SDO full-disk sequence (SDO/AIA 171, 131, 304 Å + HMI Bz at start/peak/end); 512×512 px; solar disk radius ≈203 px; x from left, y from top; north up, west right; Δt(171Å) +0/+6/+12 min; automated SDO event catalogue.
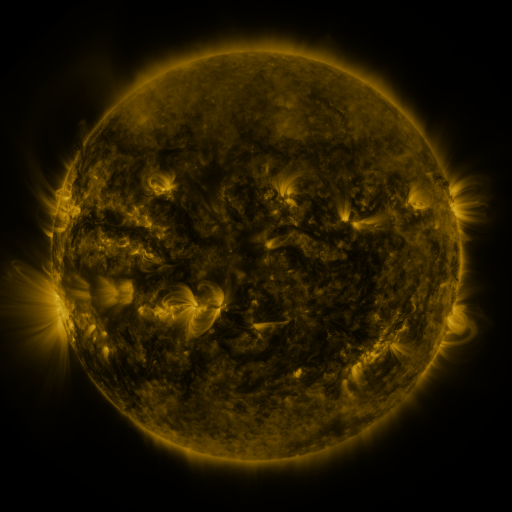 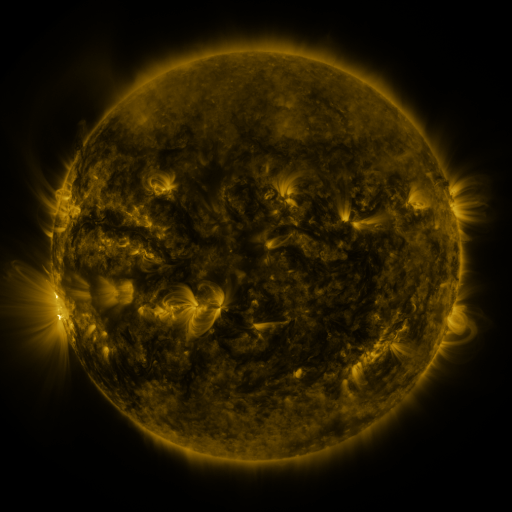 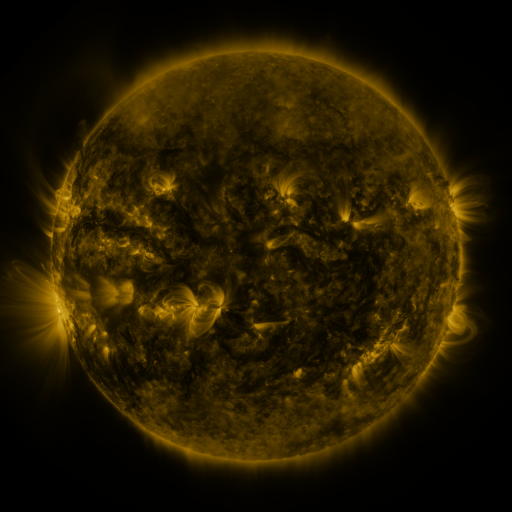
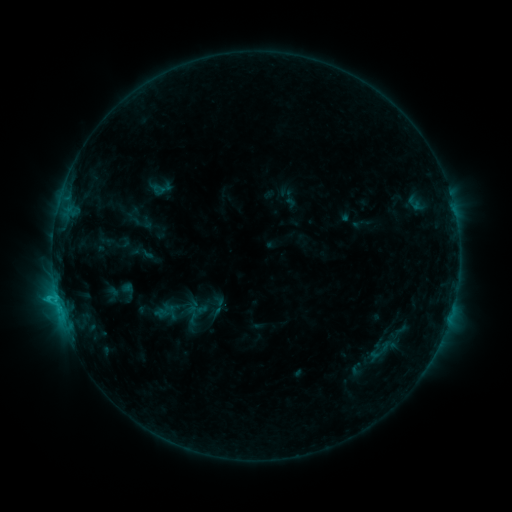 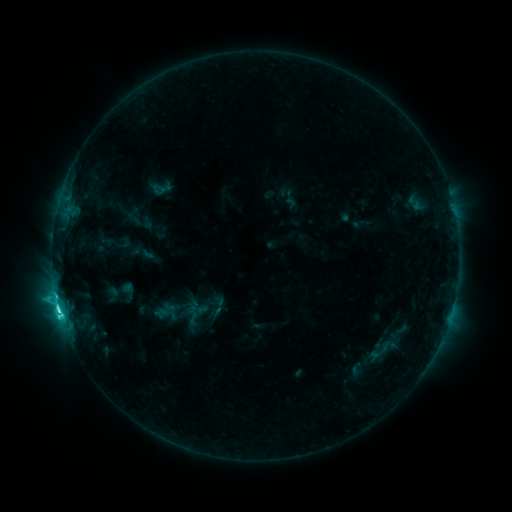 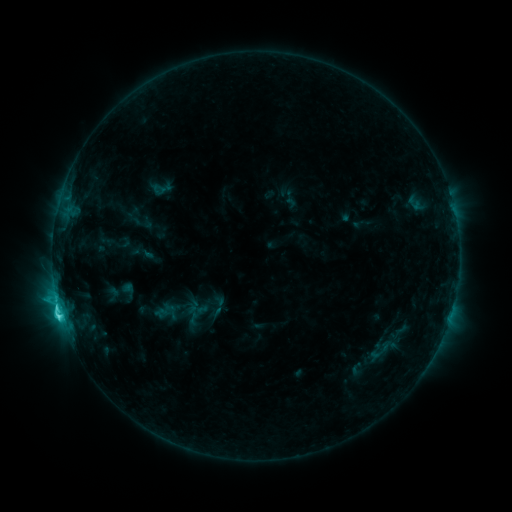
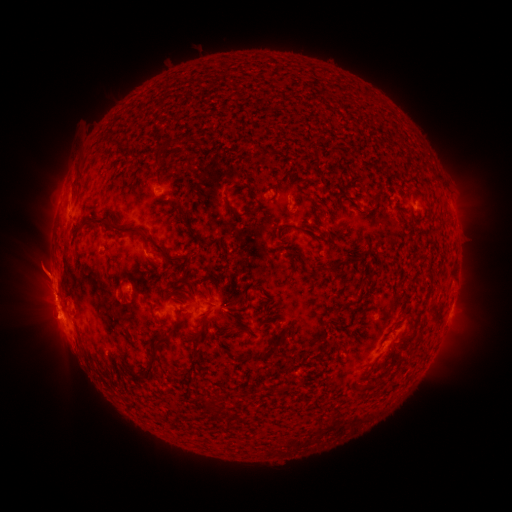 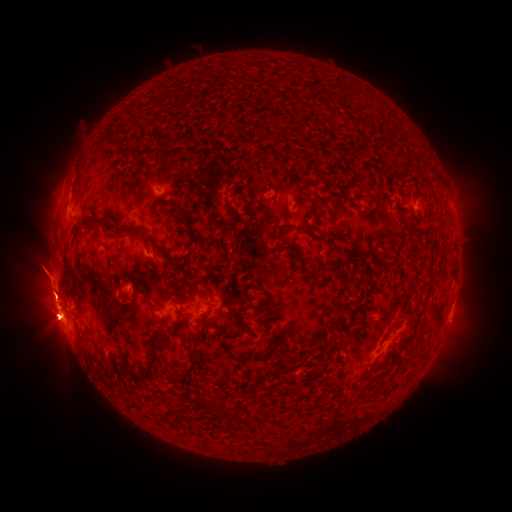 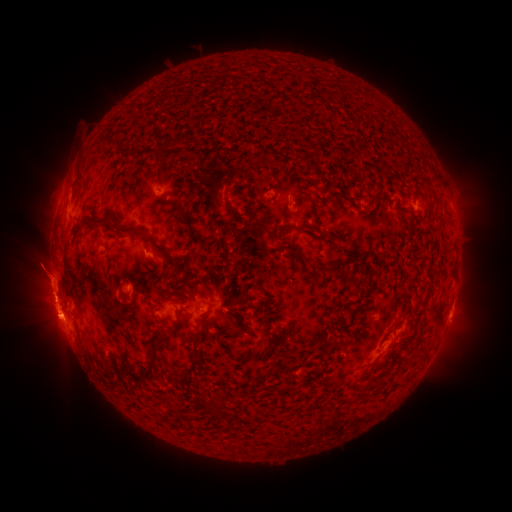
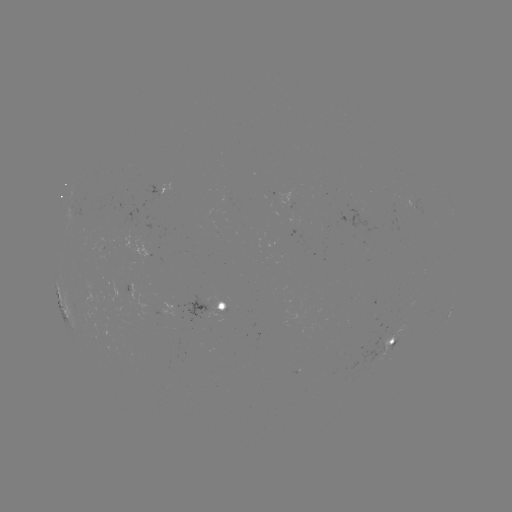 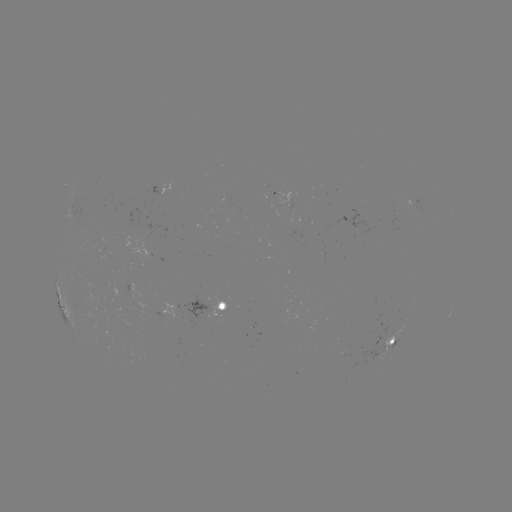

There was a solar eruption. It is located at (53, 315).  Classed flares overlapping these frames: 1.